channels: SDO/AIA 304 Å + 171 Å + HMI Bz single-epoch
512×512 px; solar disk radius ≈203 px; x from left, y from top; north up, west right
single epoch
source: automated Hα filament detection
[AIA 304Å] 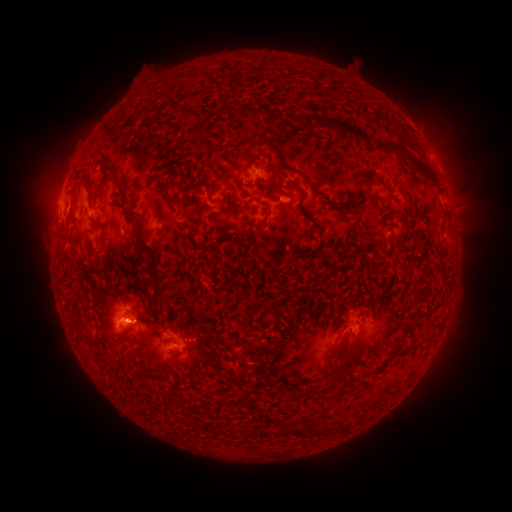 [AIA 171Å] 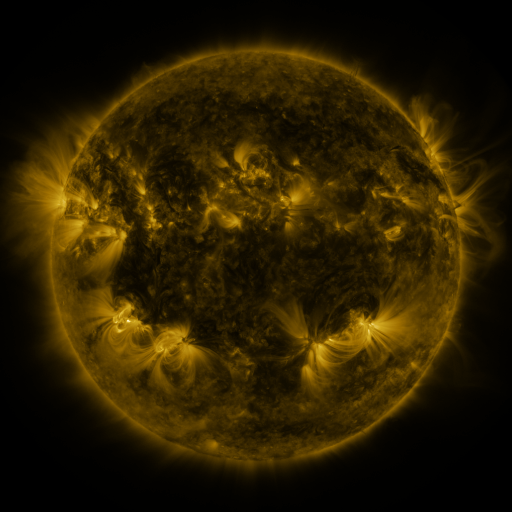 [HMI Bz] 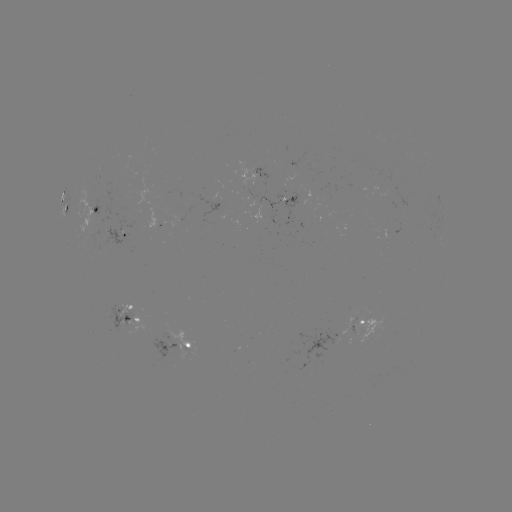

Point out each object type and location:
filament: <bbox>321, 118, 368, 141</bbox>
filament: <bbox>375, 142, 409, 155</bbox>
filament: <bbox>409, 155, 432, 178</bbox>
filament: <bbox>100, 161, 119, 179</bbox>
filament: <bbox>136, 232, 162, 302</bbox>
filament: <bbox>89, 256, 100, 269</bbox>
filament: <bbox>437, 260, 446, 278</bbox>
filament: <bbox>340, 389, 349, 396</bbox>
filament: <bbox>310, 427, 320, 437</bbox>
